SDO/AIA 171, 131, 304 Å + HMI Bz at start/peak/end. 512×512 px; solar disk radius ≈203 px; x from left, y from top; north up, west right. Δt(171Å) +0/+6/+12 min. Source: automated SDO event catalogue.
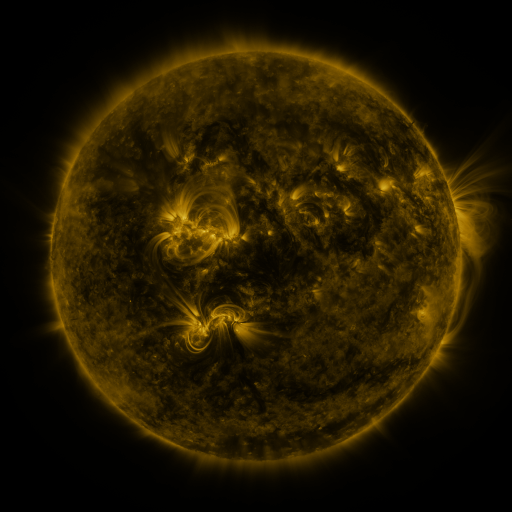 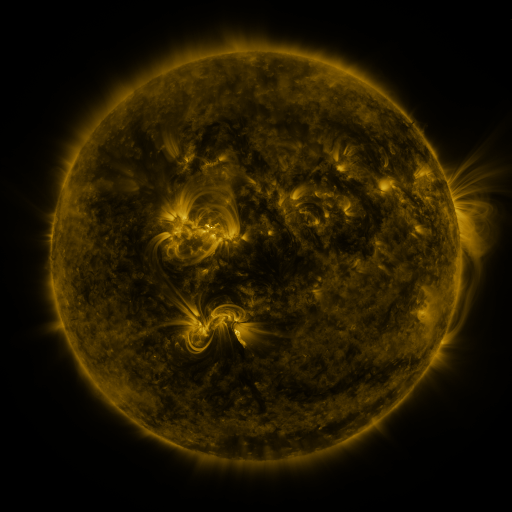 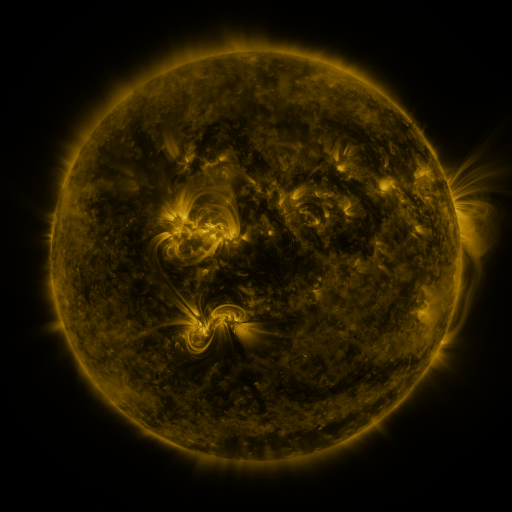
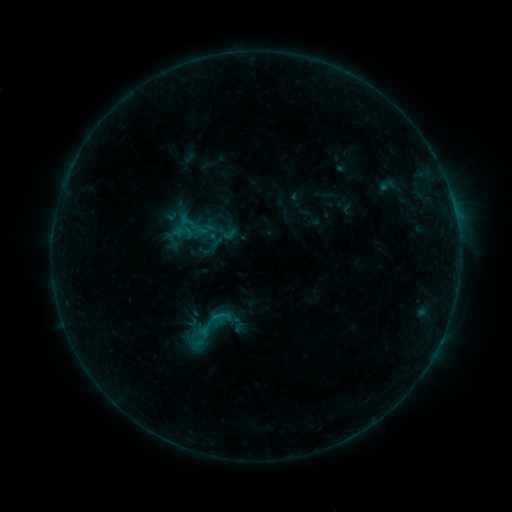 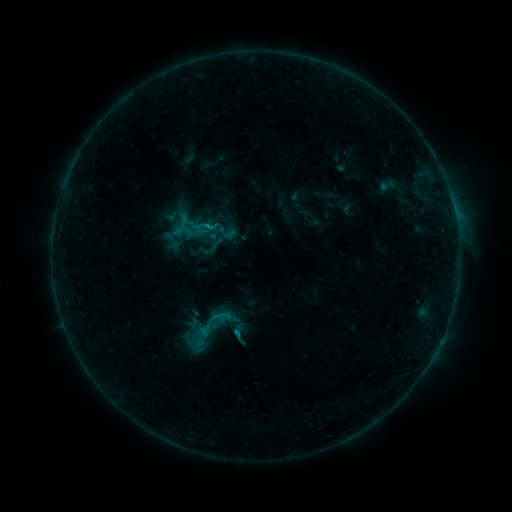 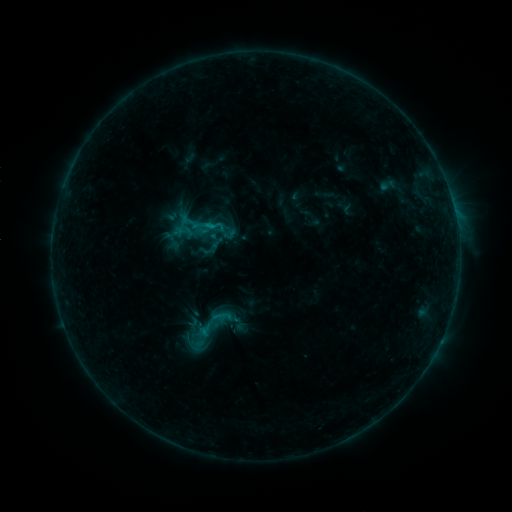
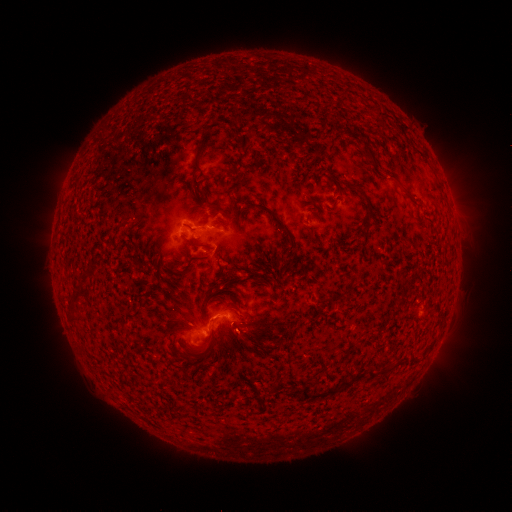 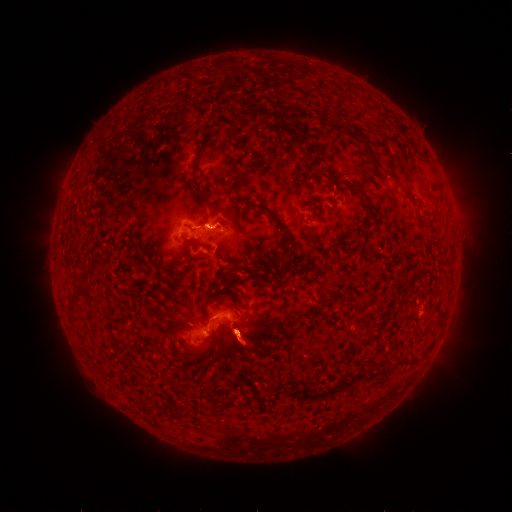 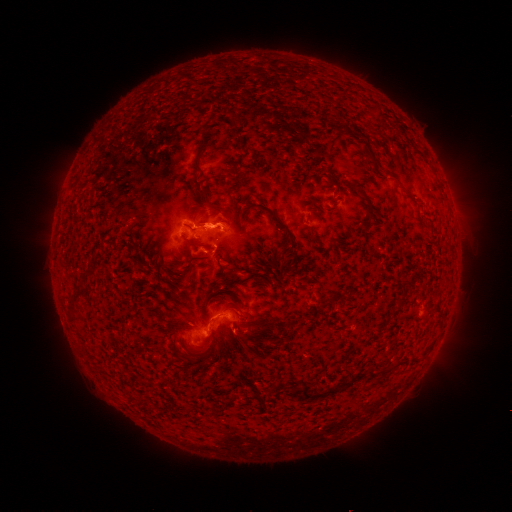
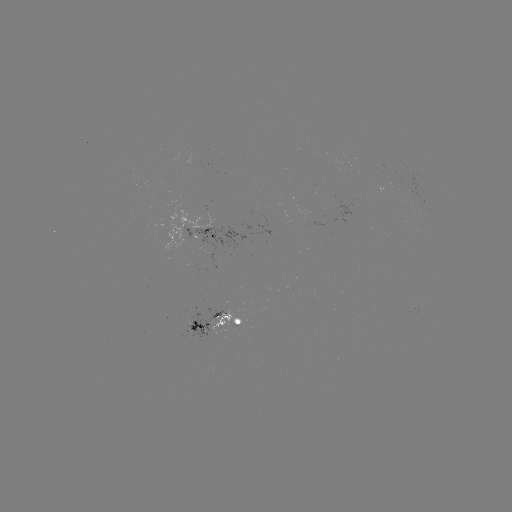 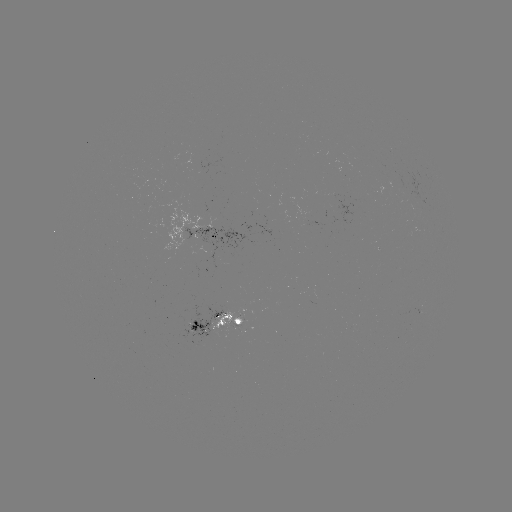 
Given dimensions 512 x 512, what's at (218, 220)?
eruption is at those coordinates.